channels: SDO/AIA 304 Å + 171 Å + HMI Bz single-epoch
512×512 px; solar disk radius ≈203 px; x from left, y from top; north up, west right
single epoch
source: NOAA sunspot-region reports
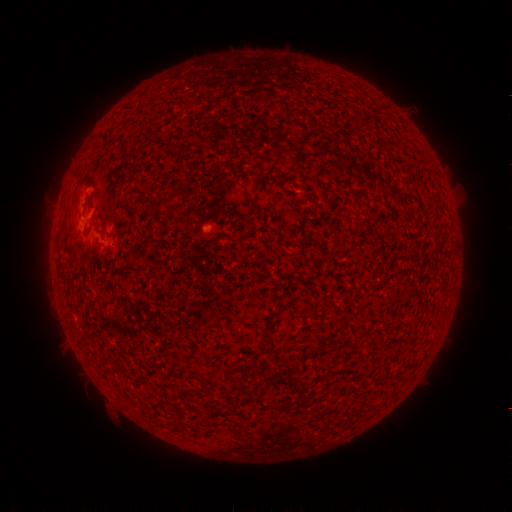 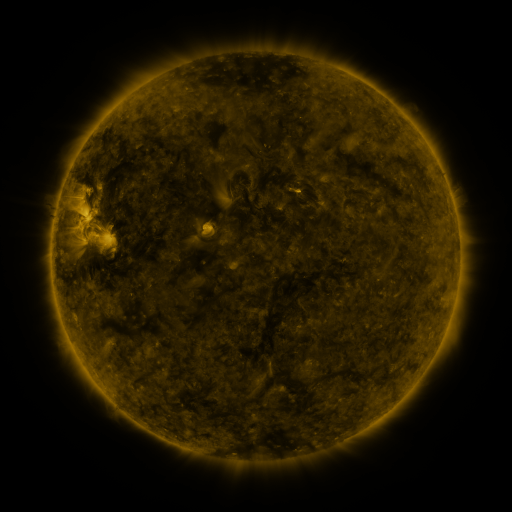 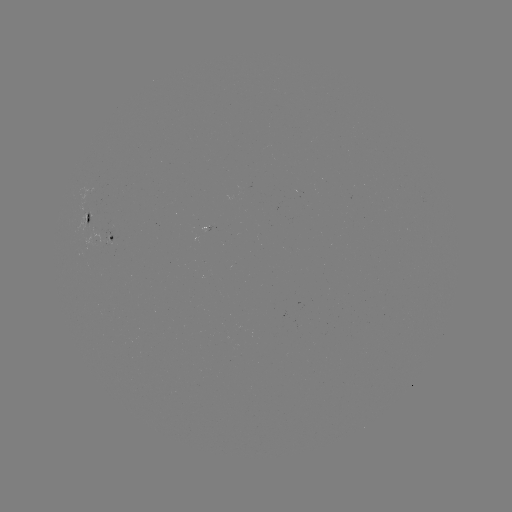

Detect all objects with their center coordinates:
spotted active region: (90, 218)
spotted active region: (112, 233)
